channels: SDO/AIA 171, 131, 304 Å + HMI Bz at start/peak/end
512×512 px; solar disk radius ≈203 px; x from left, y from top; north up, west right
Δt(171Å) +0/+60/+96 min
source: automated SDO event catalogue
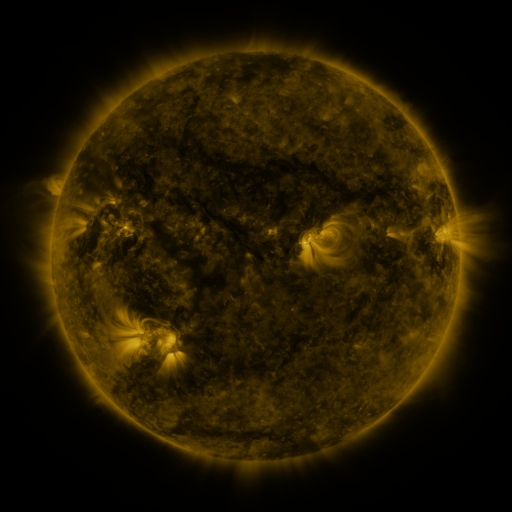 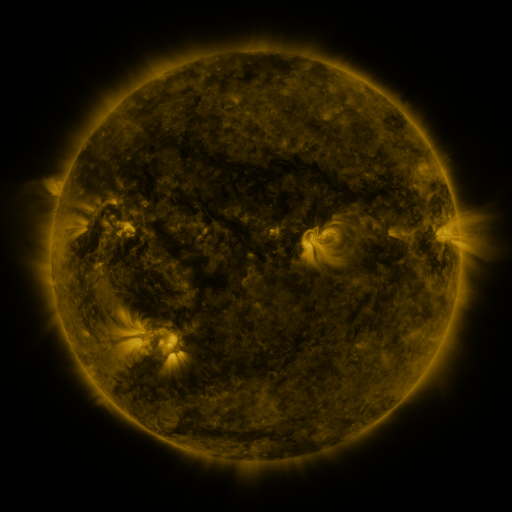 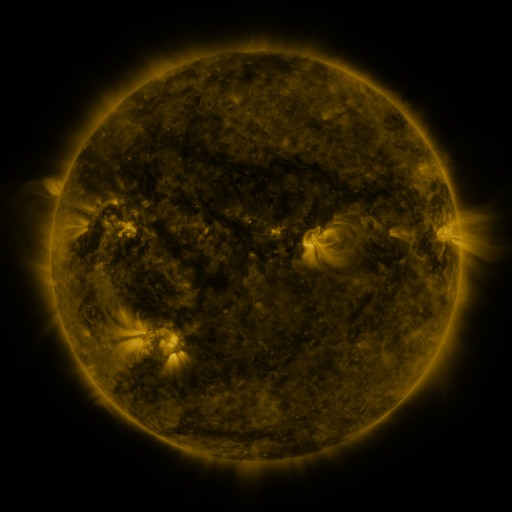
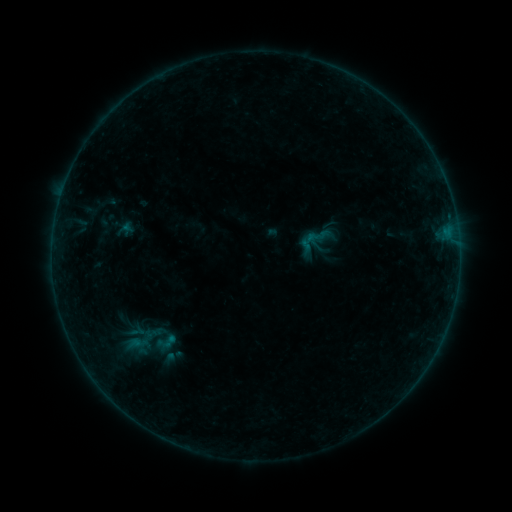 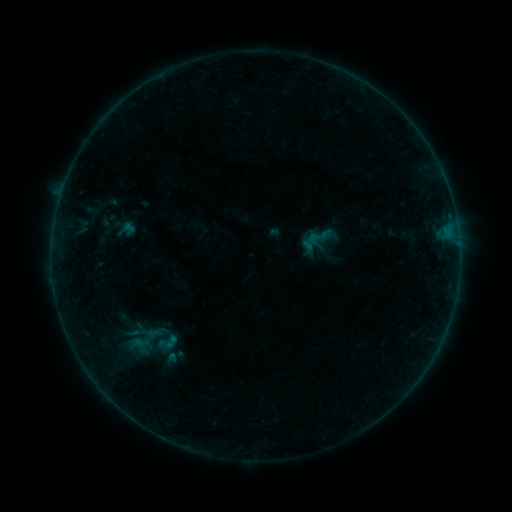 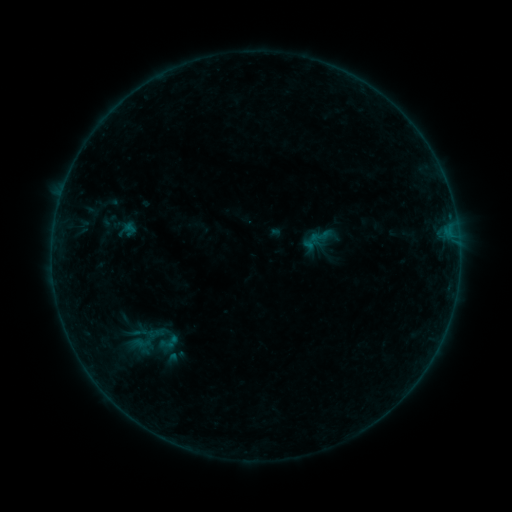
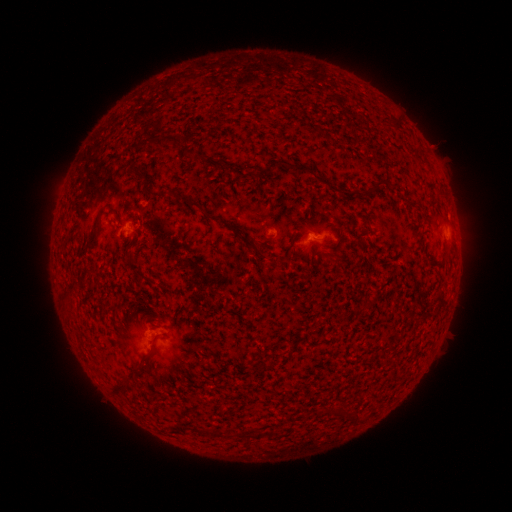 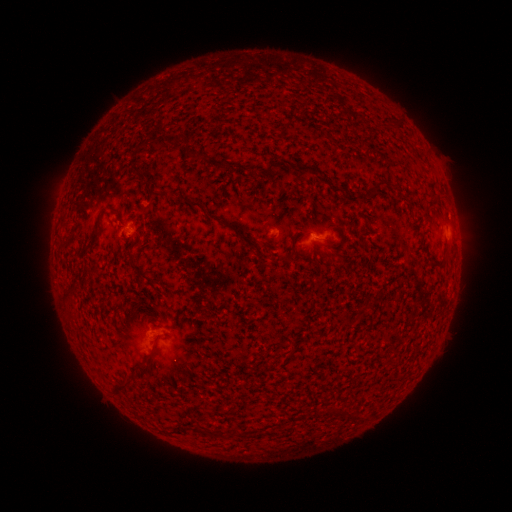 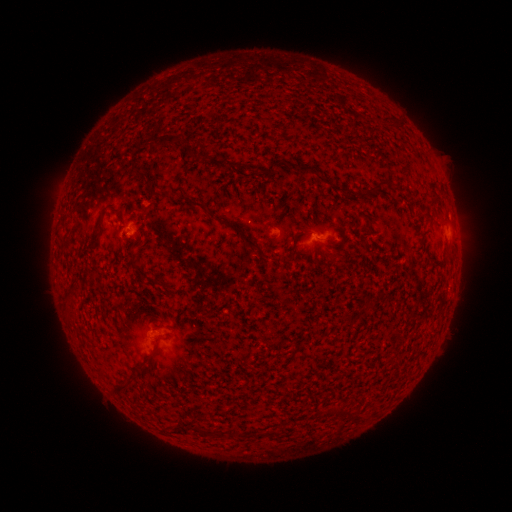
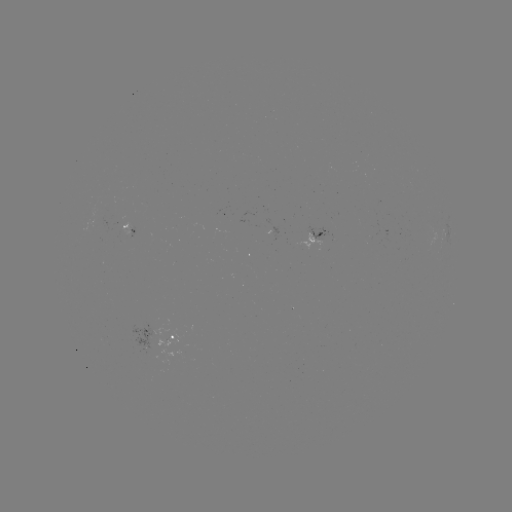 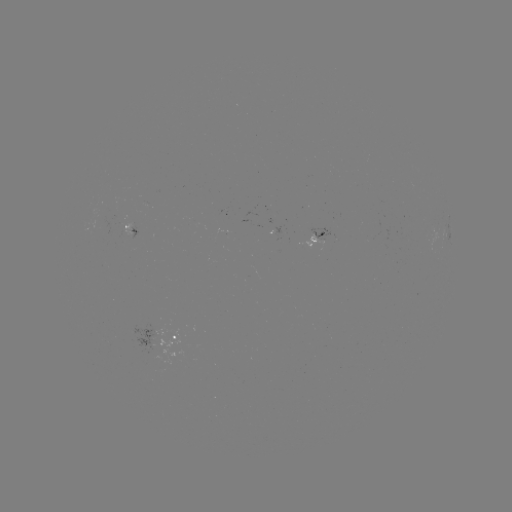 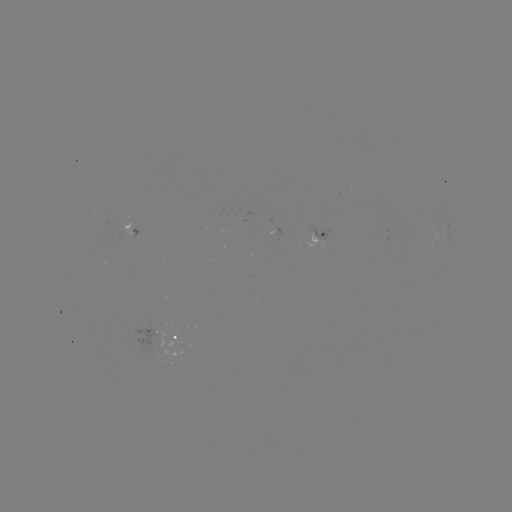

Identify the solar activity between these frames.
emerging-flux region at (102, 217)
